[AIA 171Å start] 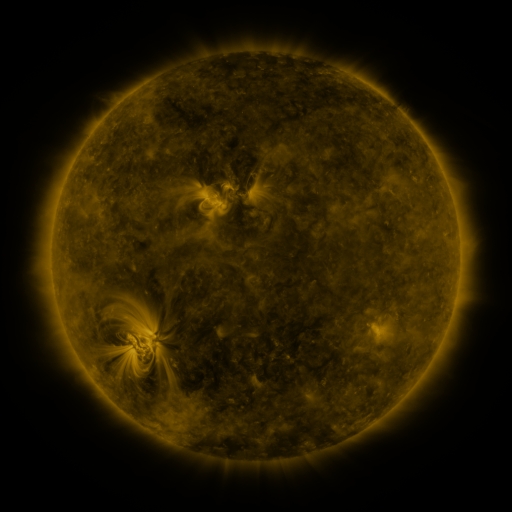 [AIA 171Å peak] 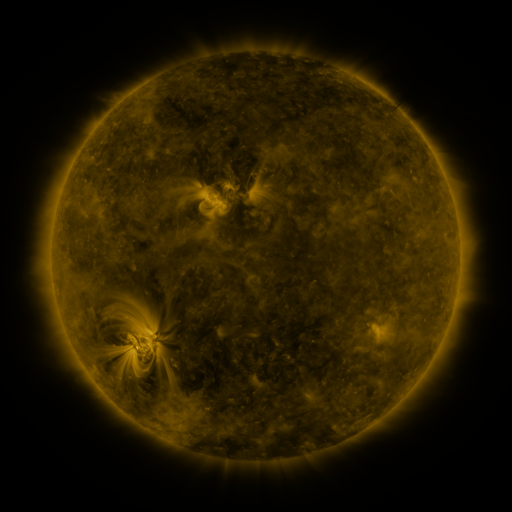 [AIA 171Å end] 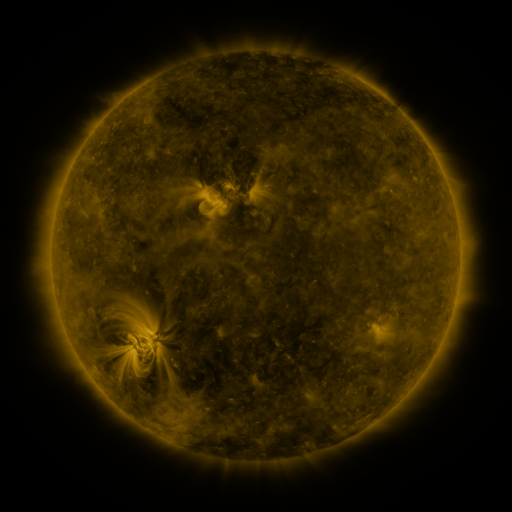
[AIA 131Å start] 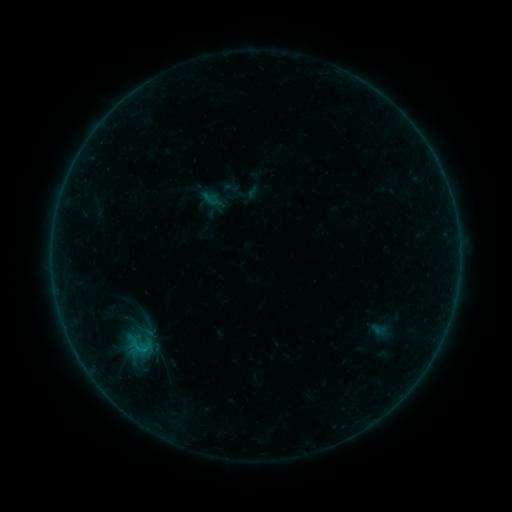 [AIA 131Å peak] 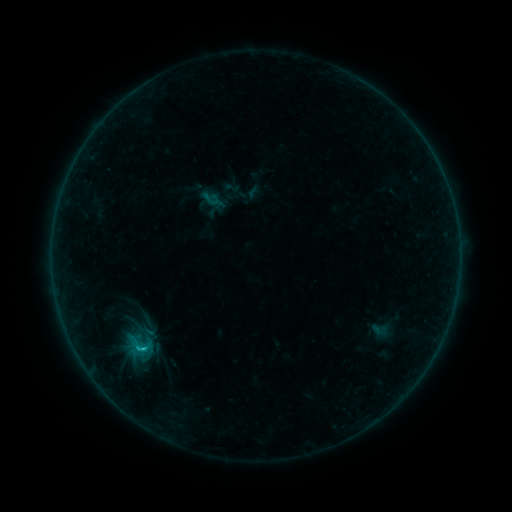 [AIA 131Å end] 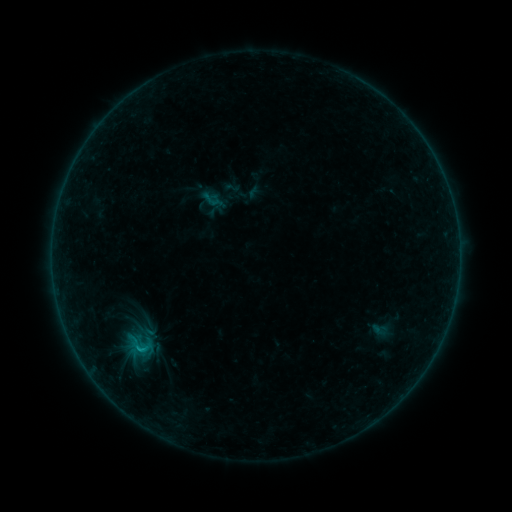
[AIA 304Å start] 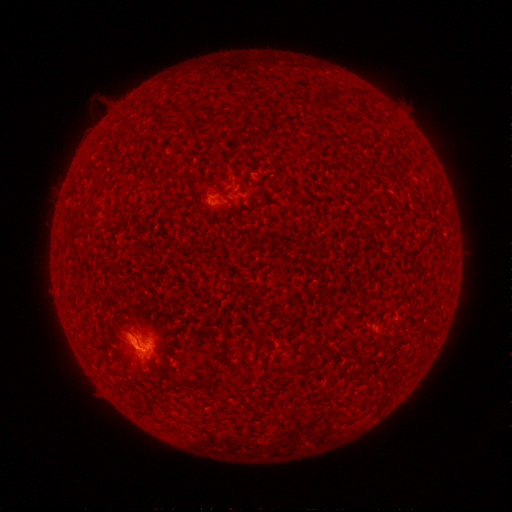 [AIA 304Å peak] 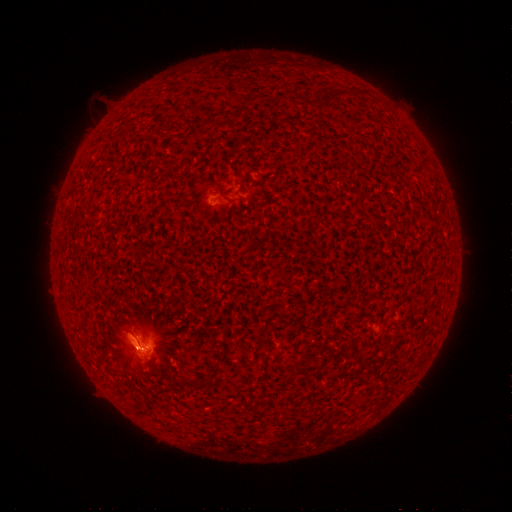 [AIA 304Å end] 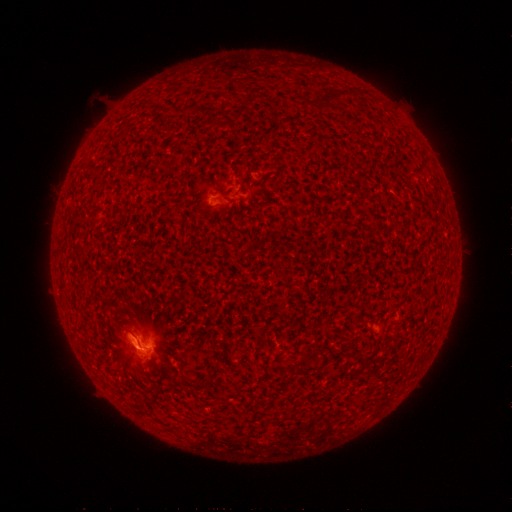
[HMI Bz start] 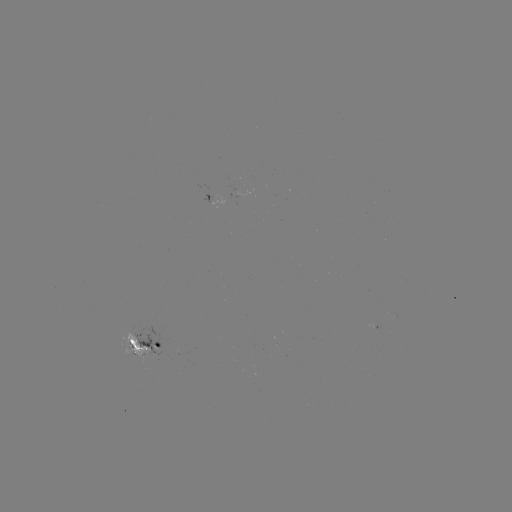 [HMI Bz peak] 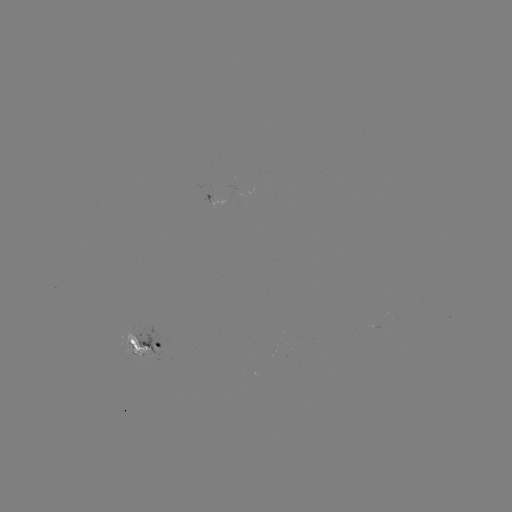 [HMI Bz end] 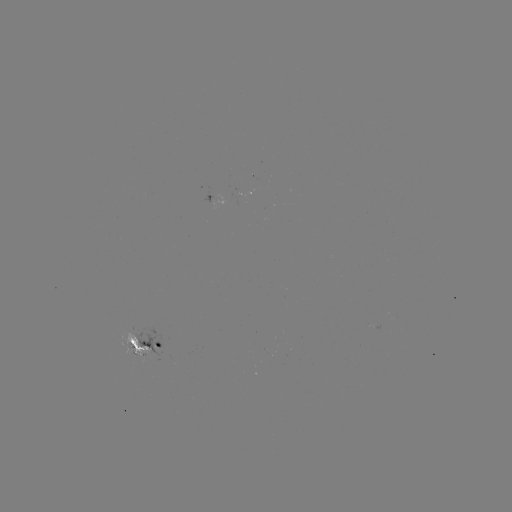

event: flare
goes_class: B9.2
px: (143, 345)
